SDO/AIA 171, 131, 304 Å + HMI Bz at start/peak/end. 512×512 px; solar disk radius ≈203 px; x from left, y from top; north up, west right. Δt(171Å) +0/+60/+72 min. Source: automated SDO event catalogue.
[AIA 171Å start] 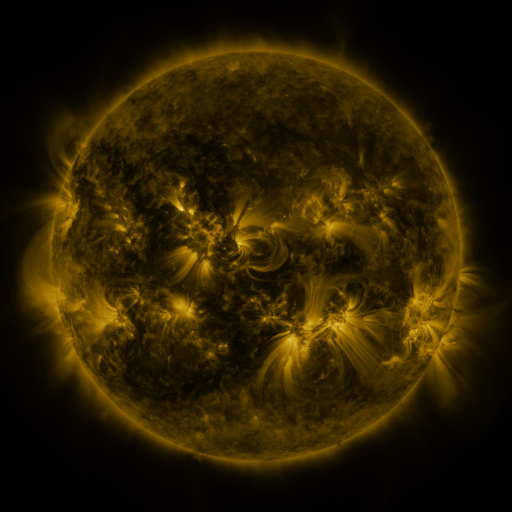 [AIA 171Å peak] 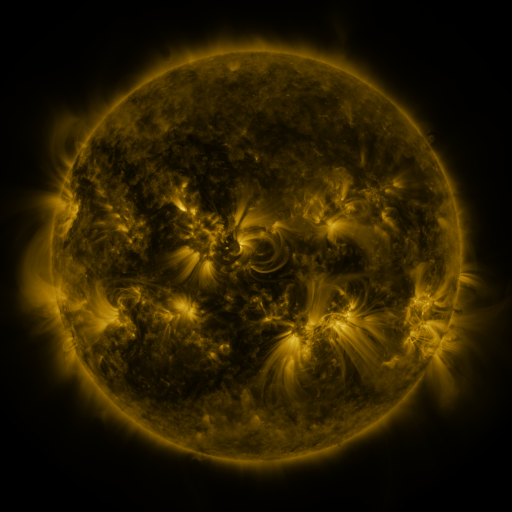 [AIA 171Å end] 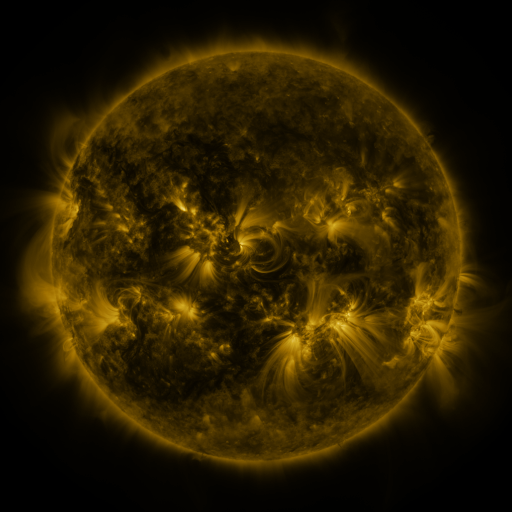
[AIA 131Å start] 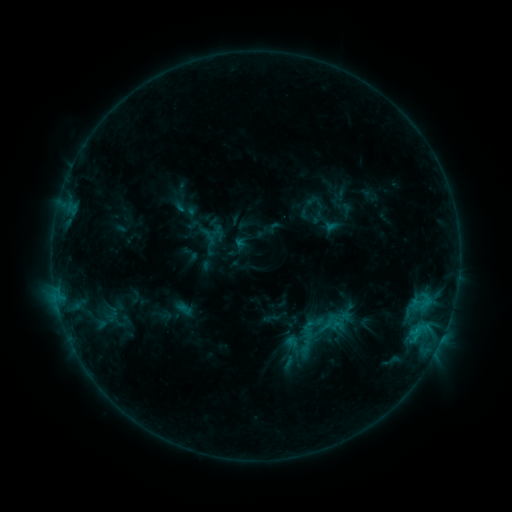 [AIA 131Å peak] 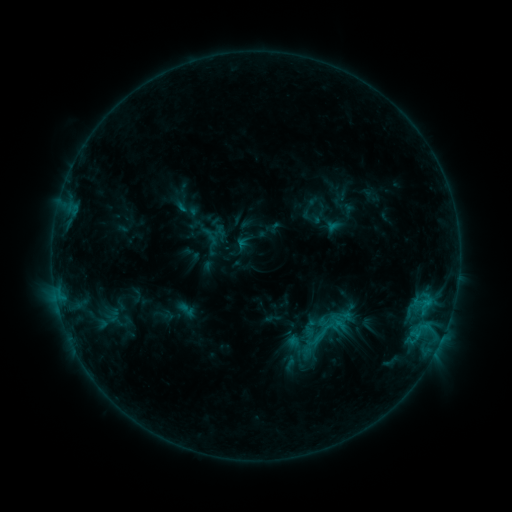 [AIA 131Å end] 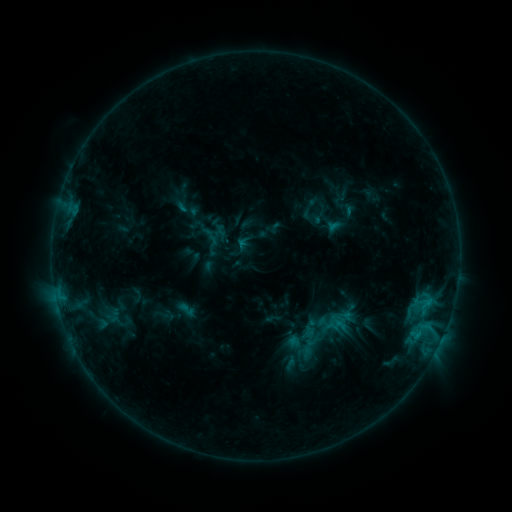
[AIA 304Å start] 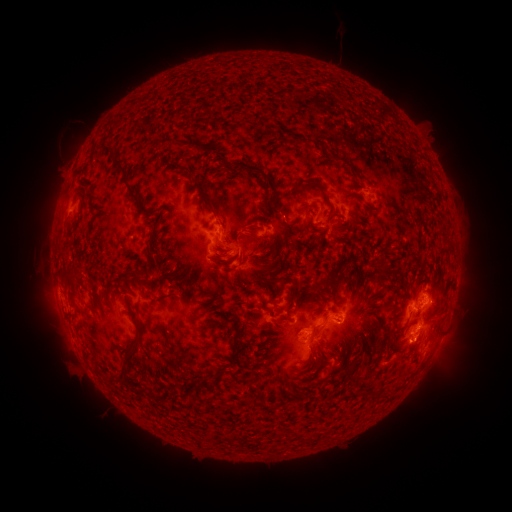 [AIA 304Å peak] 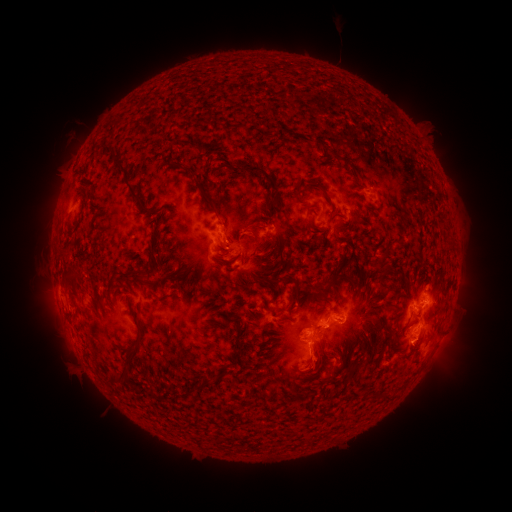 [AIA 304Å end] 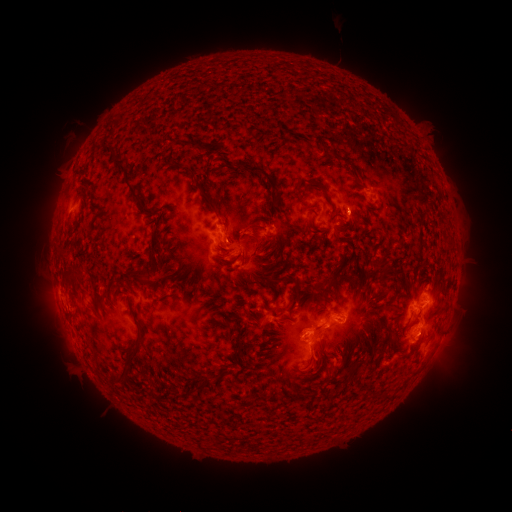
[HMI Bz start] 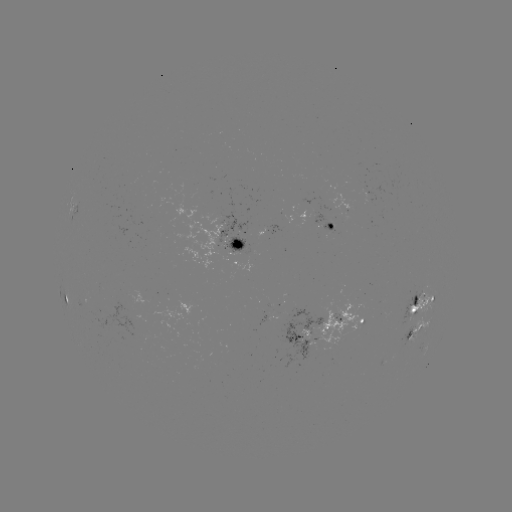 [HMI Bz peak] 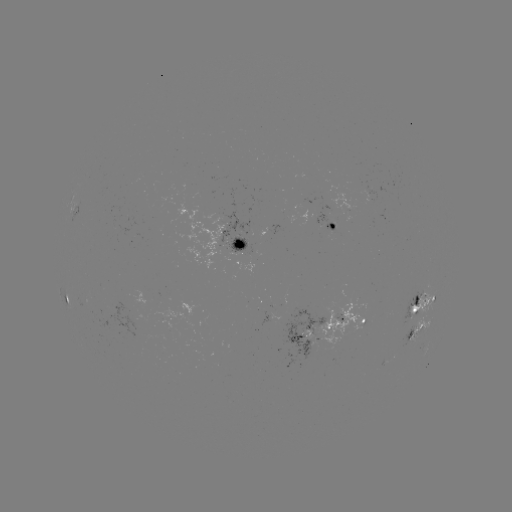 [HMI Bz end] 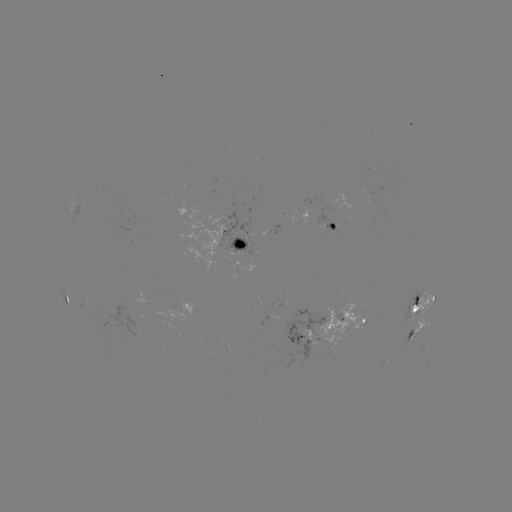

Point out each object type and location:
emerging-flux region: (91, 305)
